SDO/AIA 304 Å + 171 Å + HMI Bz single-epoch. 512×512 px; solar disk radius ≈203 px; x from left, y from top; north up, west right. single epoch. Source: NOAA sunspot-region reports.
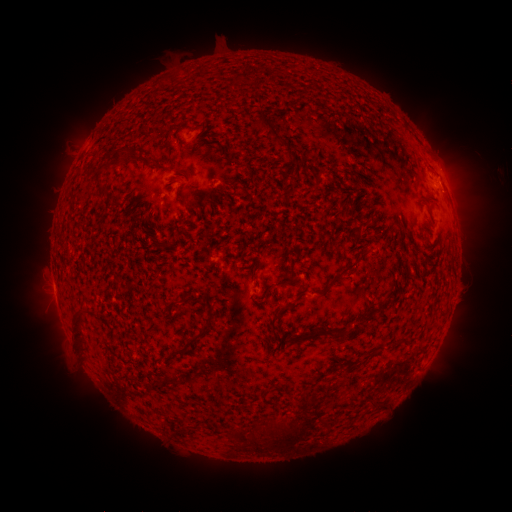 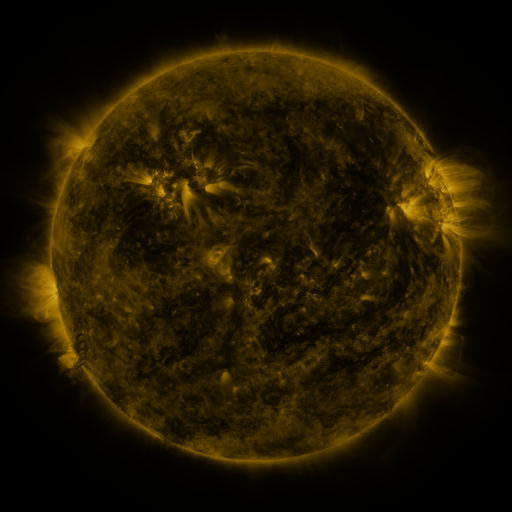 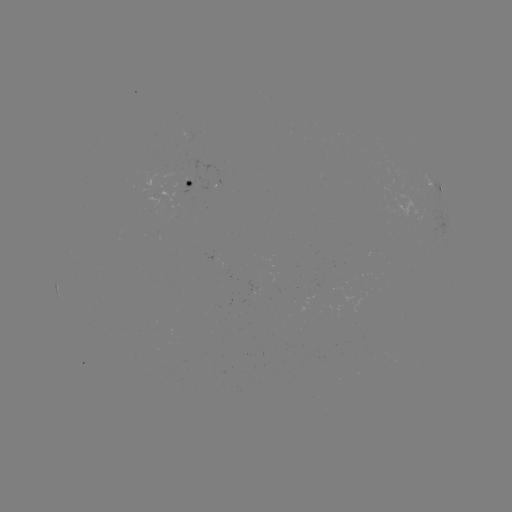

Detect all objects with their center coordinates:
spotted active region: (198, 184)
spotted active region: (437, 188)
